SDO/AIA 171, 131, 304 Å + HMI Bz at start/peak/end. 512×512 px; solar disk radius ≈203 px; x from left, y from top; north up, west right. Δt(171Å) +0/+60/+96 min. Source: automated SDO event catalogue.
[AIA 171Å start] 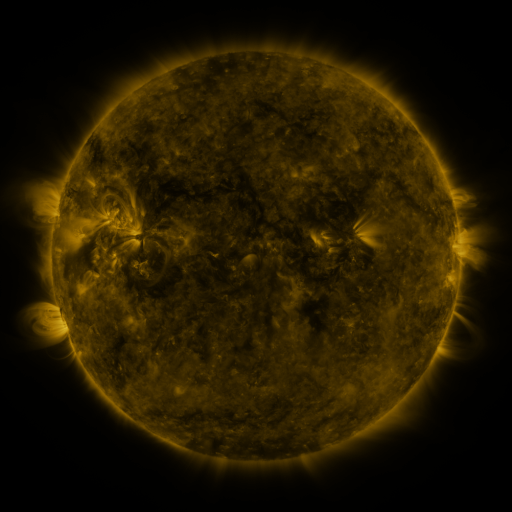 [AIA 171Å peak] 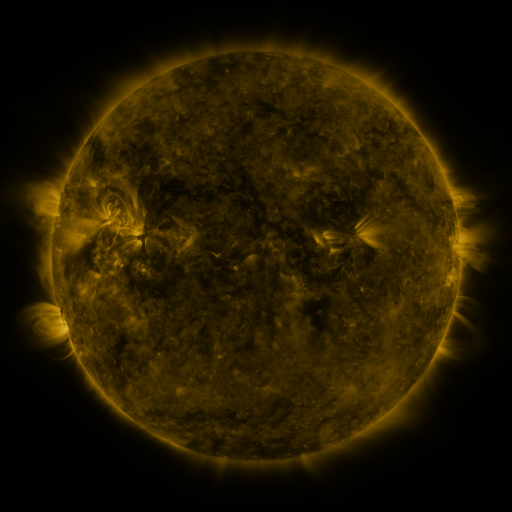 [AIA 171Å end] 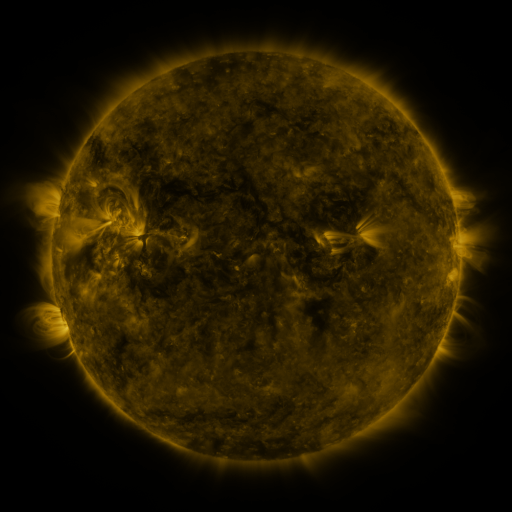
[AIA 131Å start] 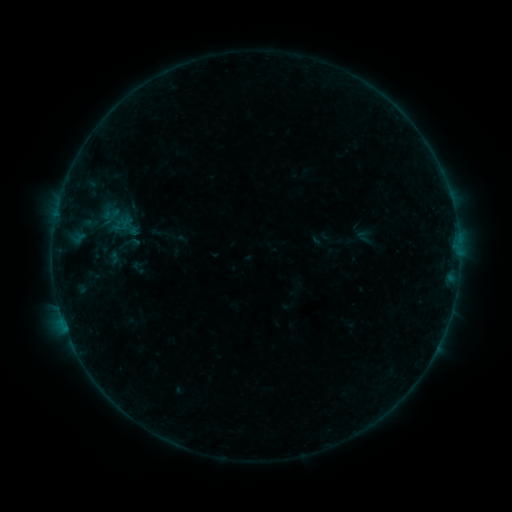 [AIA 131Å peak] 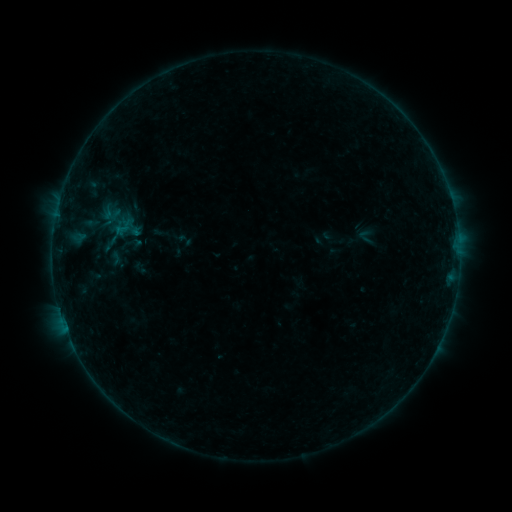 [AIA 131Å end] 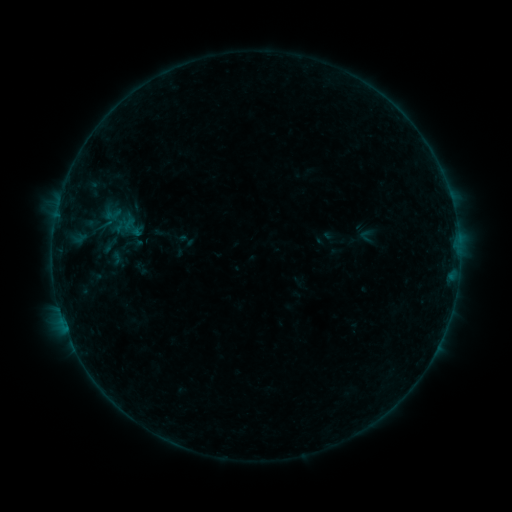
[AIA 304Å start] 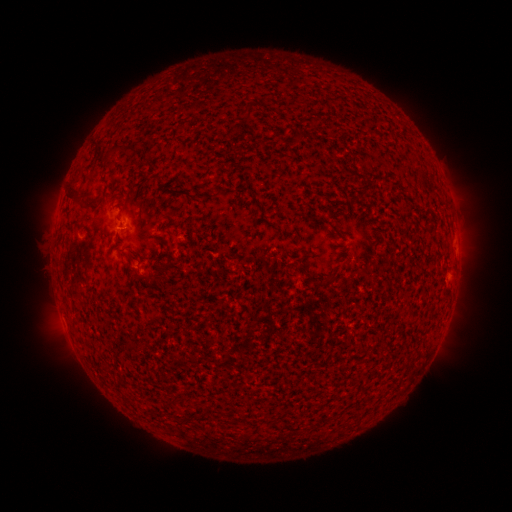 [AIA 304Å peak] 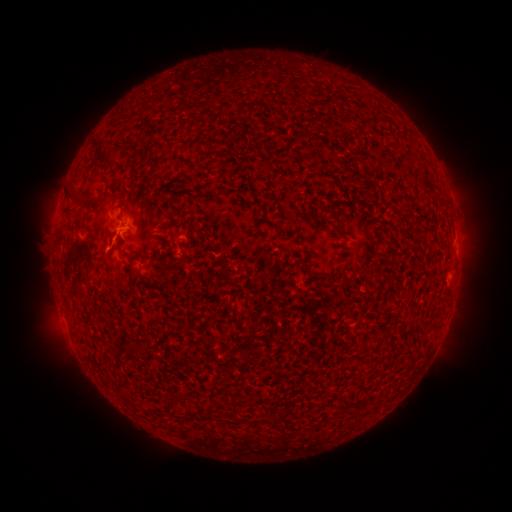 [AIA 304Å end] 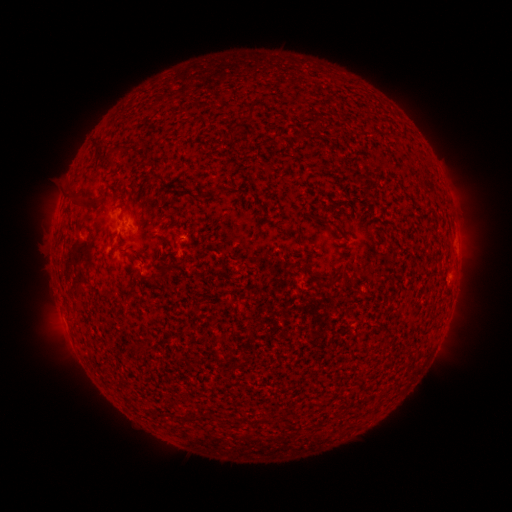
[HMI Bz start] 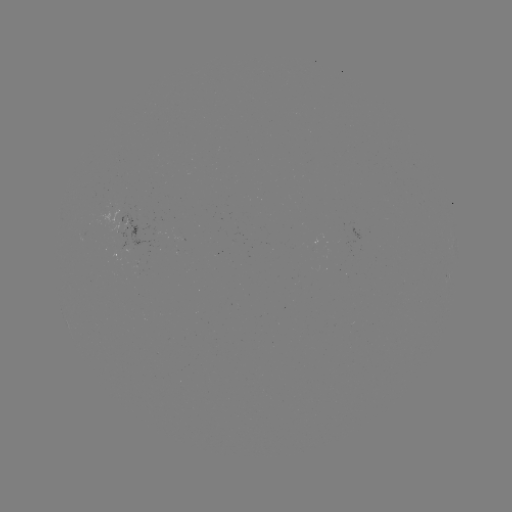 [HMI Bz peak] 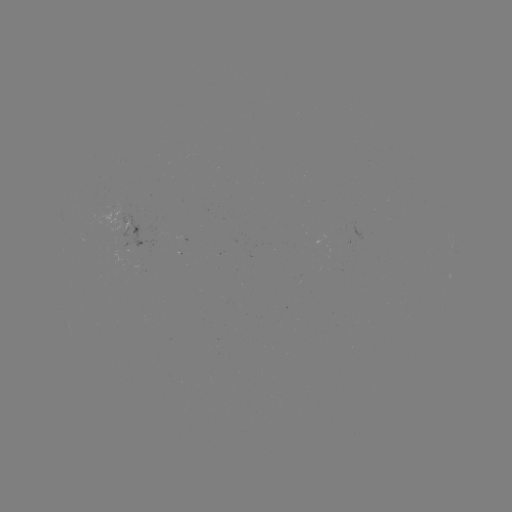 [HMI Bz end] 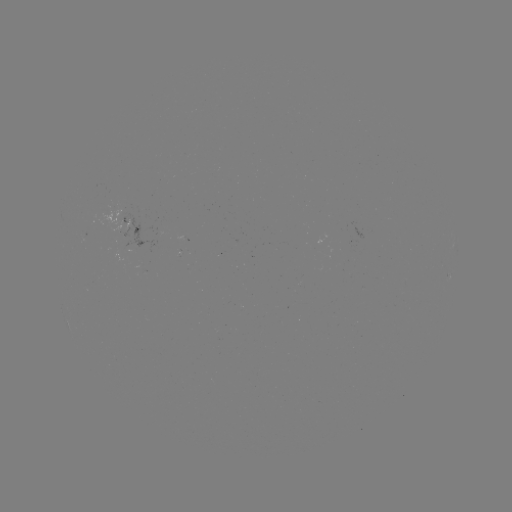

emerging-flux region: [95, 206, 124, 237]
